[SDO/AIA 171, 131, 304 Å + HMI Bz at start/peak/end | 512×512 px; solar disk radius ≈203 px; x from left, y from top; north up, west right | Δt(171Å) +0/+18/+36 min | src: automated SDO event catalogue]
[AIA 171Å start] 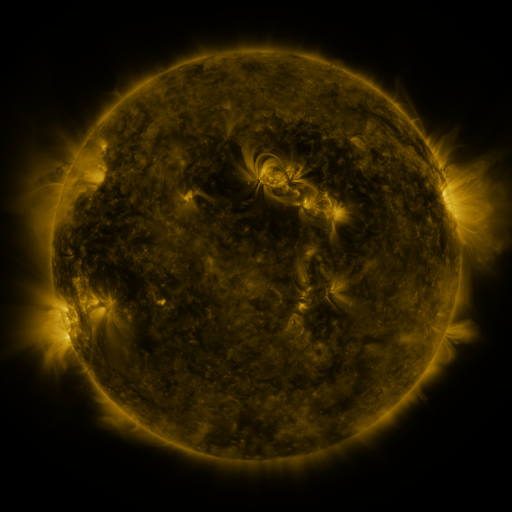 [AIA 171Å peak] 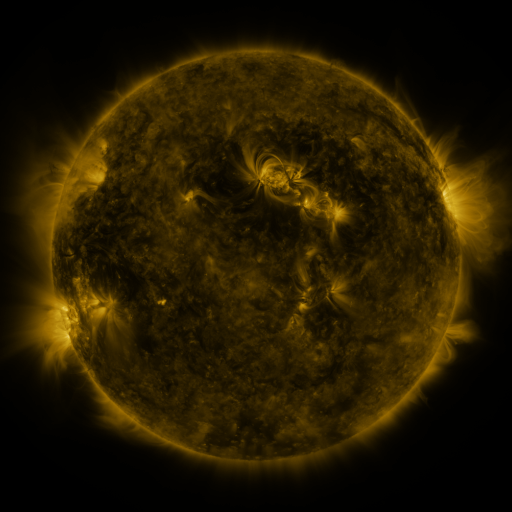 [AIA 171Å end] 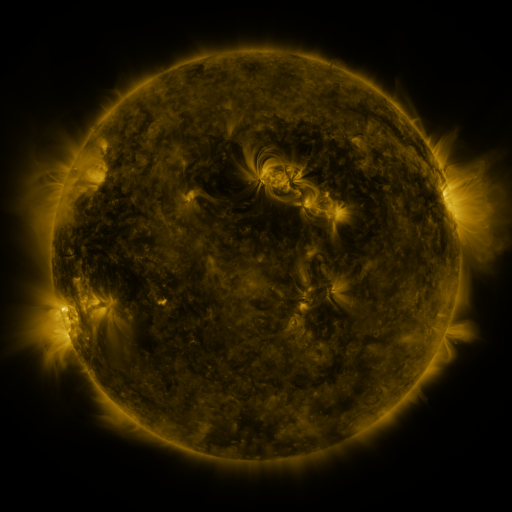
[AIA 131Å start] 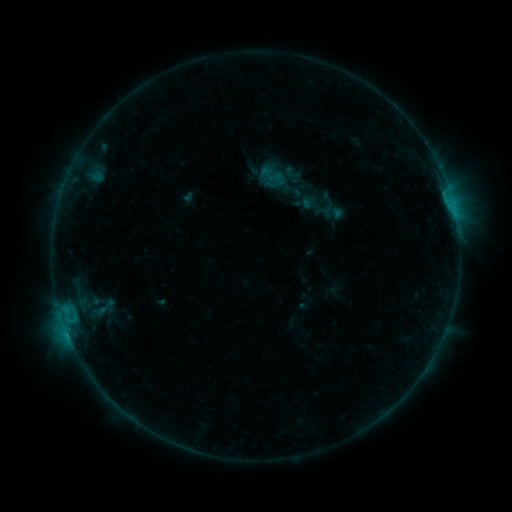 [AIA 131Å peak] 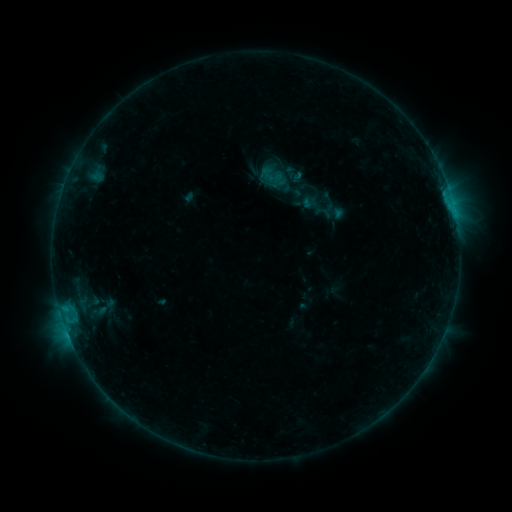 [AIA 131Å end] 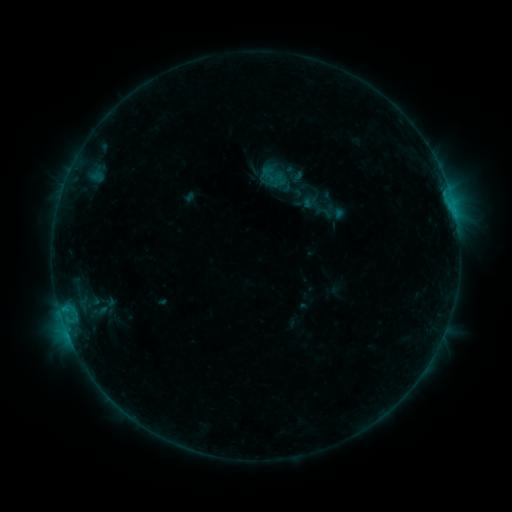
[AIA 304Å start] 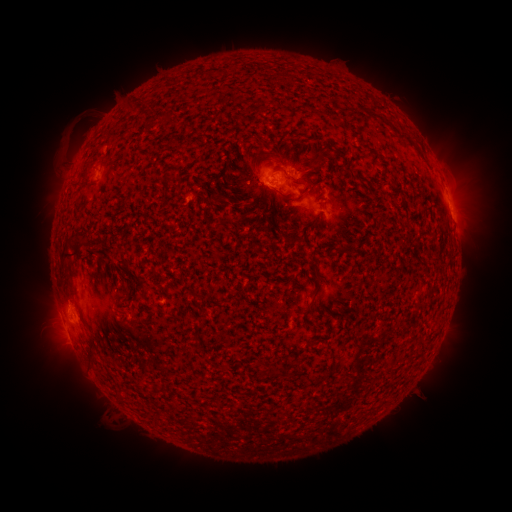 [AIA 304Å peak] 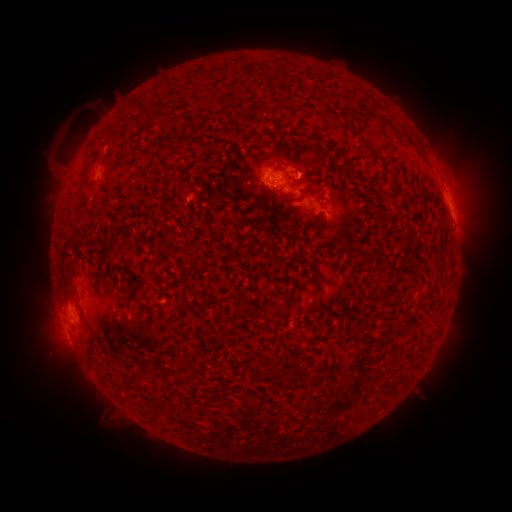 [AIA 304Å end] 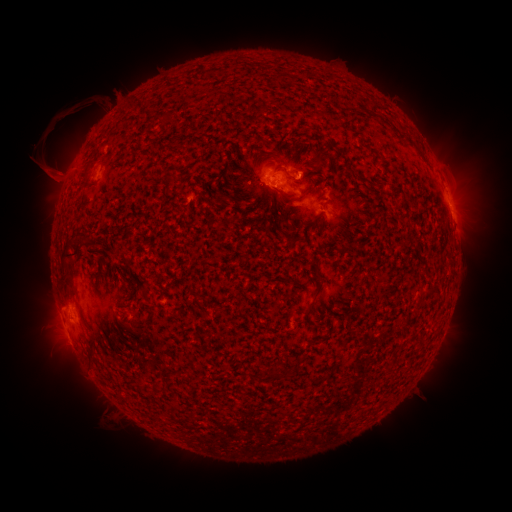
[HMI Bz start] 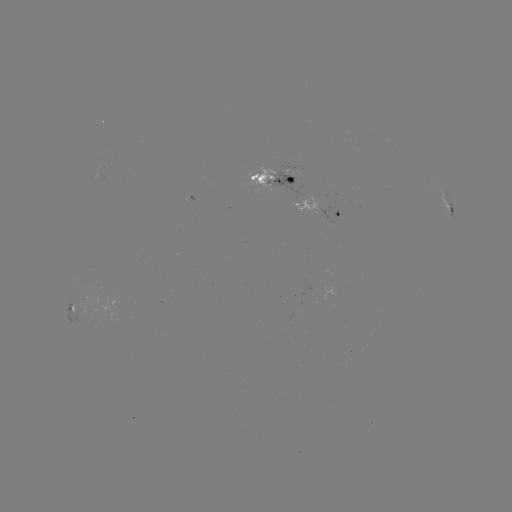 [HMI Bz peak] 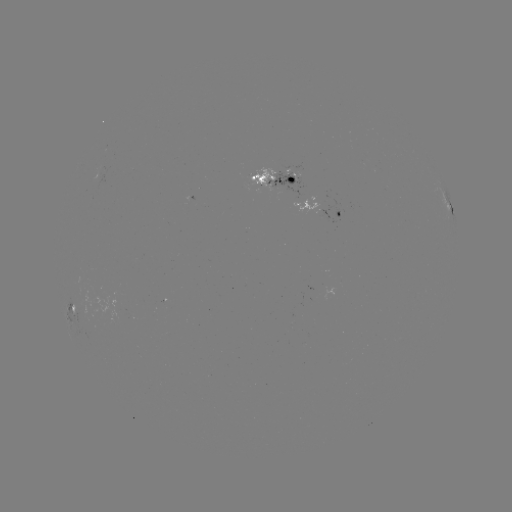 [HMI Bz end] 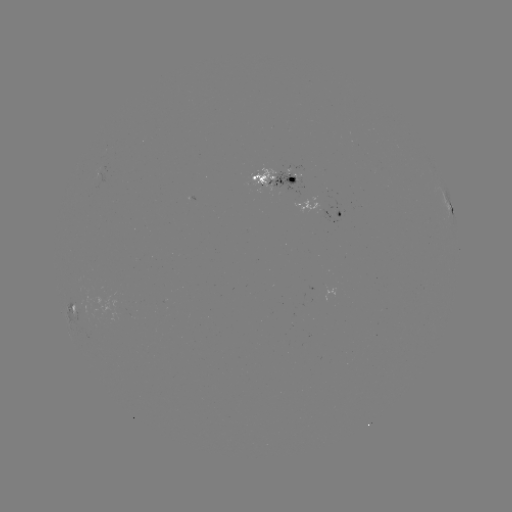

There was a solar eruption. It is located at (61, 140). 